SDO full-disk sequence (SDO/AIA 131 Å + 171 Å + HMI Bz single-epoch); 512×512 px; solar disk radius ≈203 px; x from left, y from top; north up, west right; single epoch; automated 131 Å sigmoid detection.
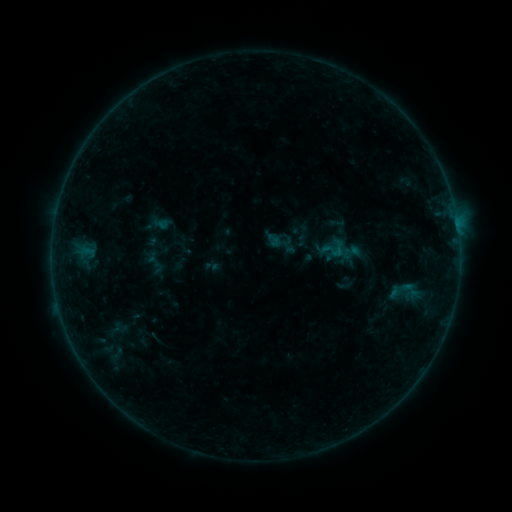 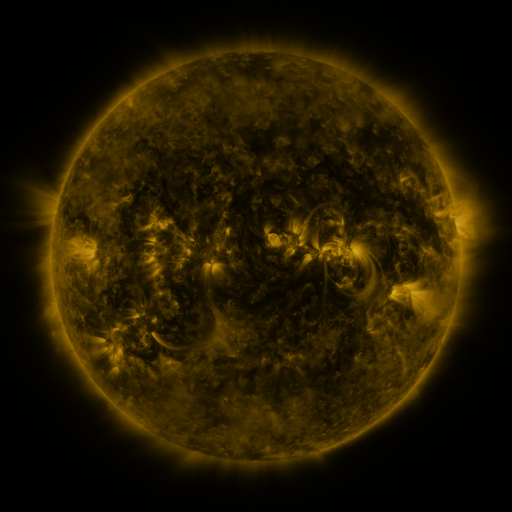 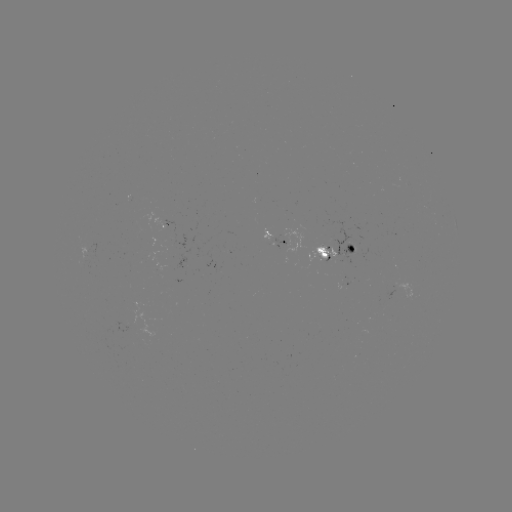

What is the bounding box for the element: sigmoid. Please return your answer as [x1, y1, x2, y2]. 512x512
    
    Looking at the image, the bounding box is [327, 239, 348, 258].